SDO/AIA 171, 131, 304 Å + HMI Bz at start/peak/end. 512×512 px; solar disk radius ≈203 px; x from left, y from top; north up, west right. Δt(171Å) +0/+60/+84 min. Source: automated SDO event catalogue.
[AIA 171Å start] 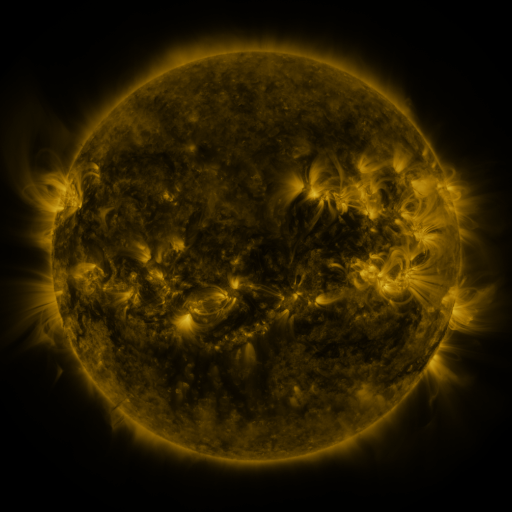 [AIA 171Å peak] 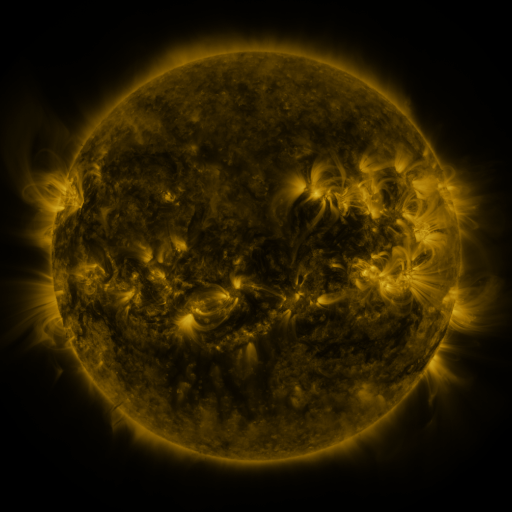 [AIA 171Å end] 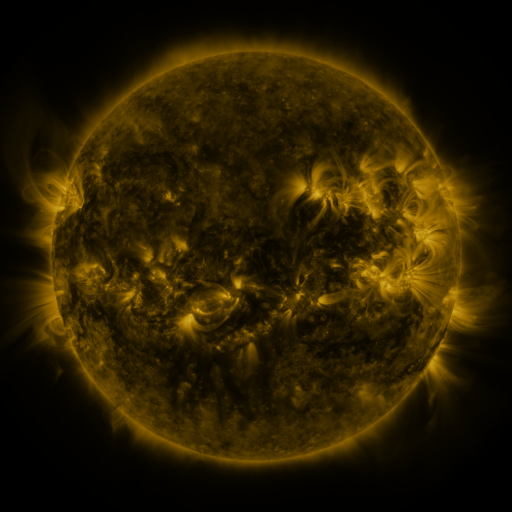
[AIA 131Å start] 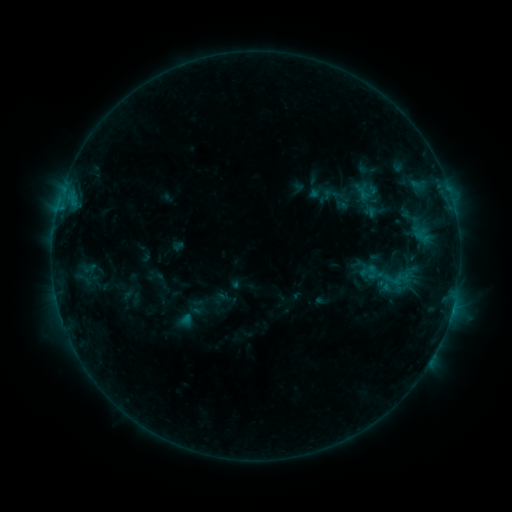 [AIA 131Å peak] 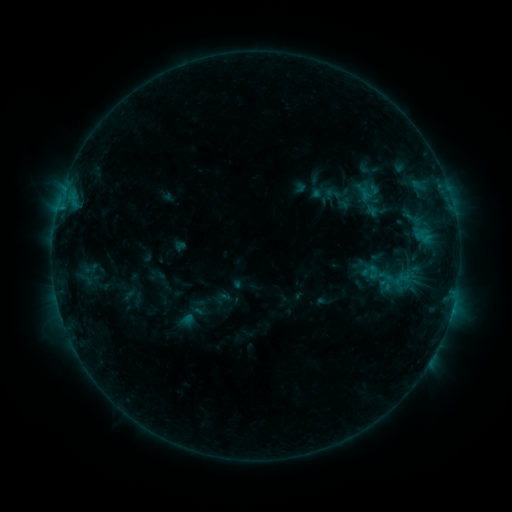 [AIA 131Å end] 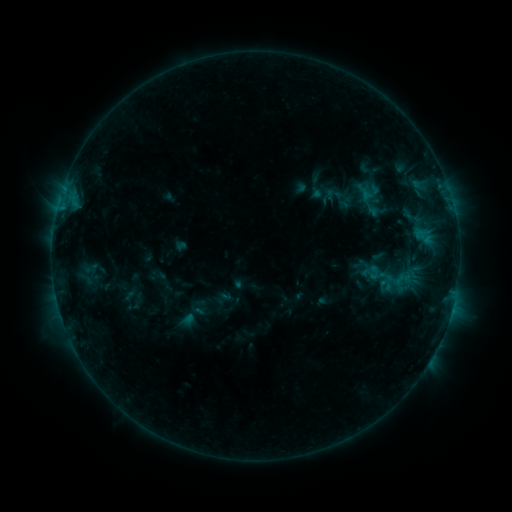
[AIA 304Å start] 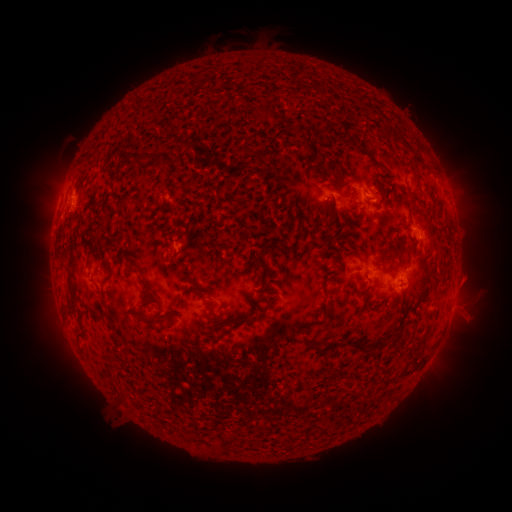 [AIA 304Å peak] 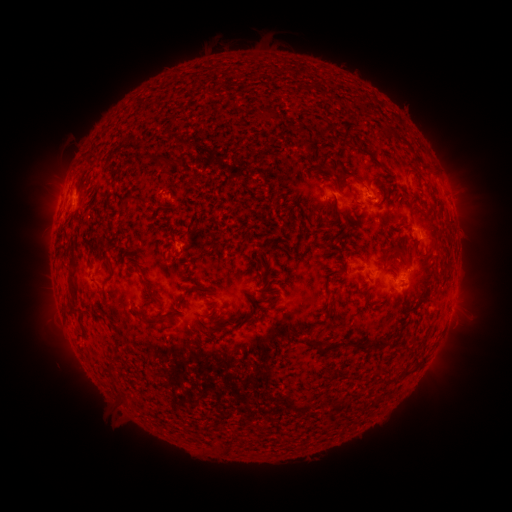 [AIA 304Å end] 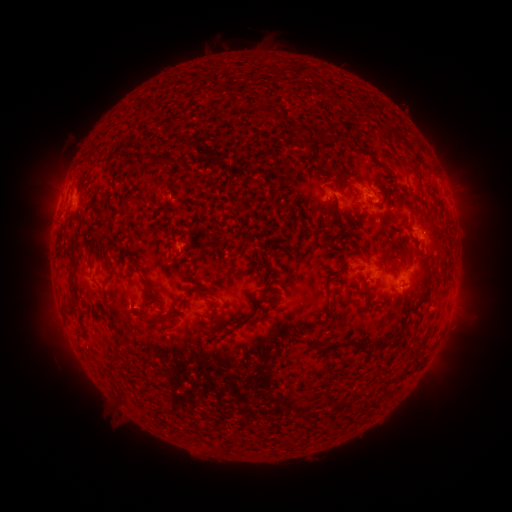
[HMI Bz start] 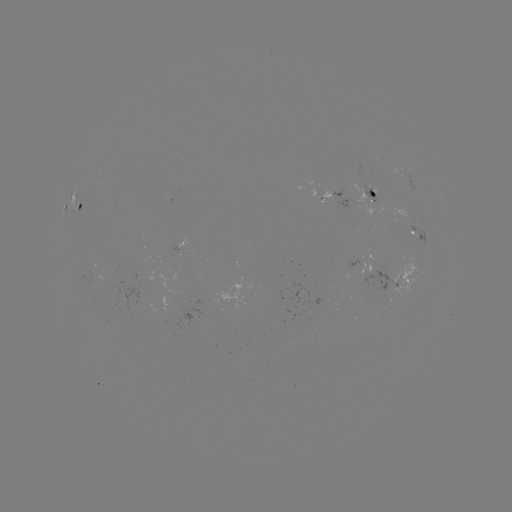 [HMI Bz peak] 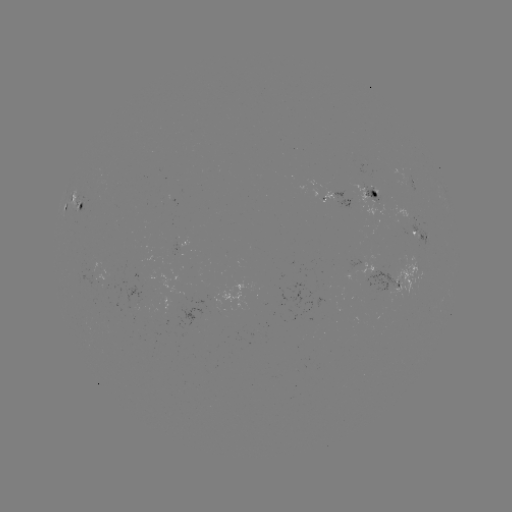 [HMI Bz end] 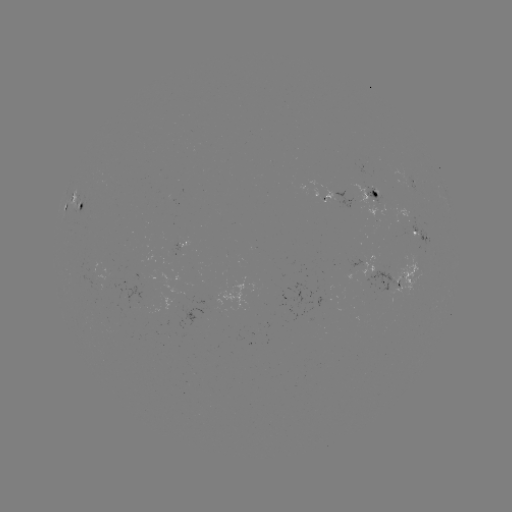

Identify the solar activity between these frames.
emerging-flux region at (371, 190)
